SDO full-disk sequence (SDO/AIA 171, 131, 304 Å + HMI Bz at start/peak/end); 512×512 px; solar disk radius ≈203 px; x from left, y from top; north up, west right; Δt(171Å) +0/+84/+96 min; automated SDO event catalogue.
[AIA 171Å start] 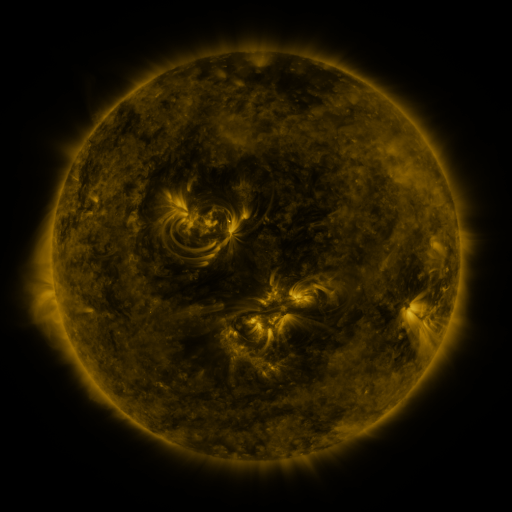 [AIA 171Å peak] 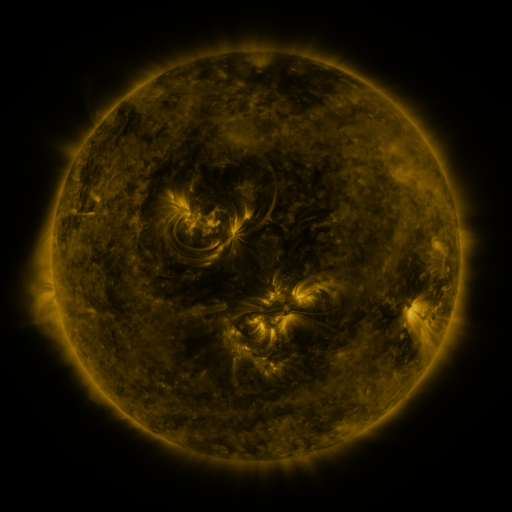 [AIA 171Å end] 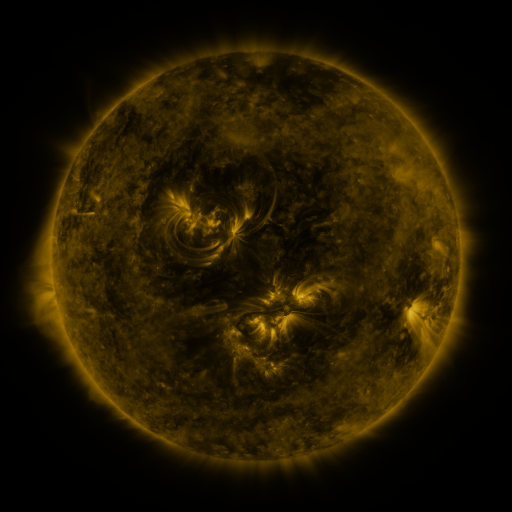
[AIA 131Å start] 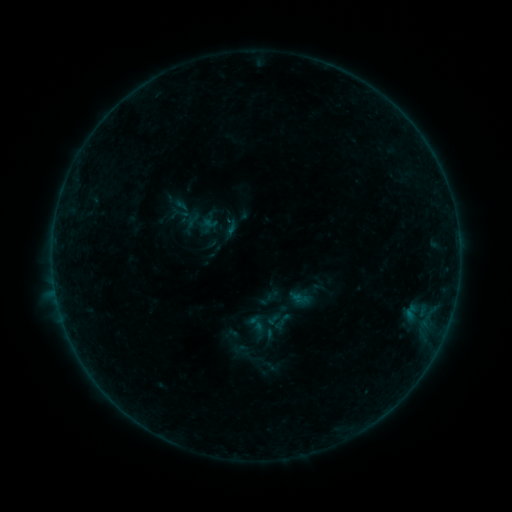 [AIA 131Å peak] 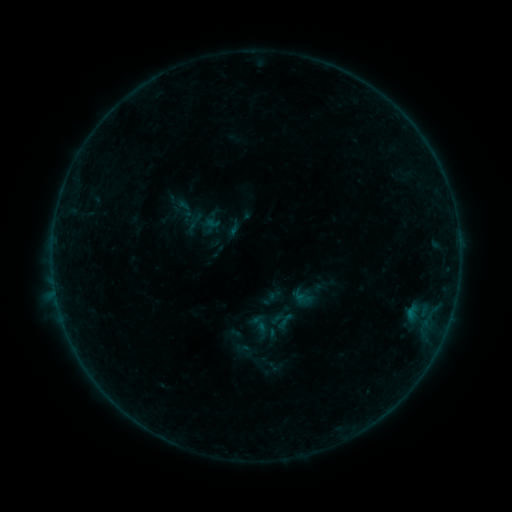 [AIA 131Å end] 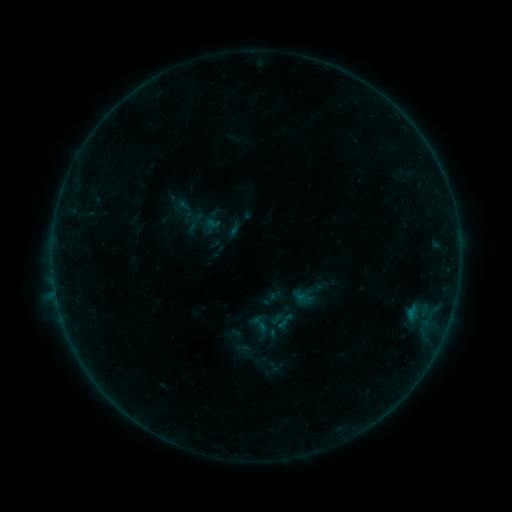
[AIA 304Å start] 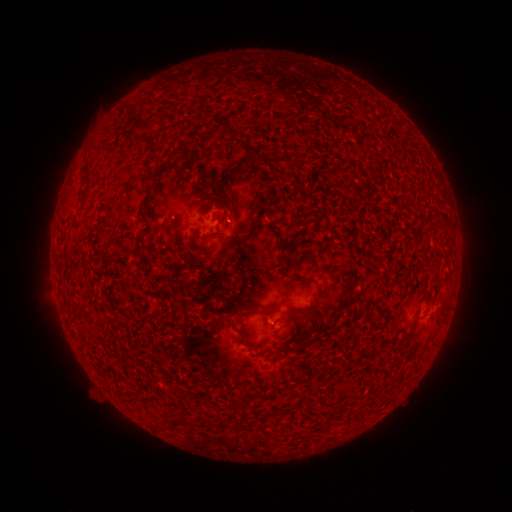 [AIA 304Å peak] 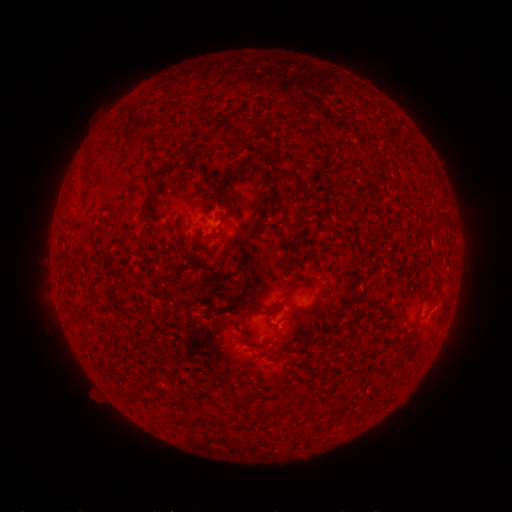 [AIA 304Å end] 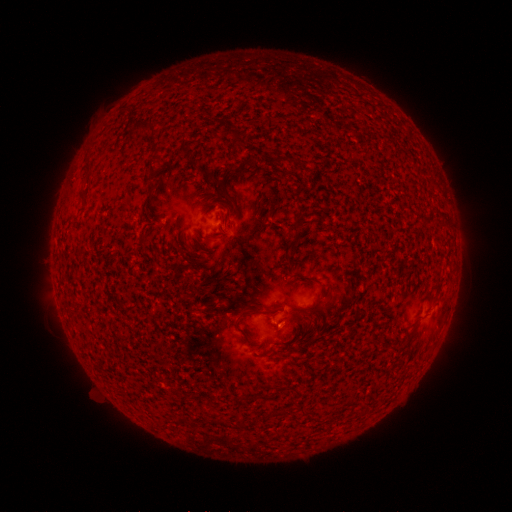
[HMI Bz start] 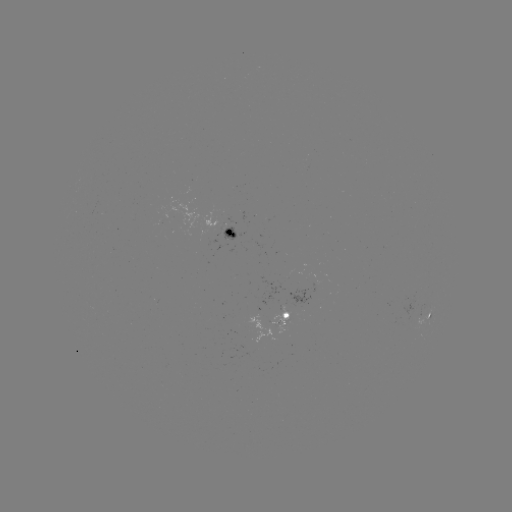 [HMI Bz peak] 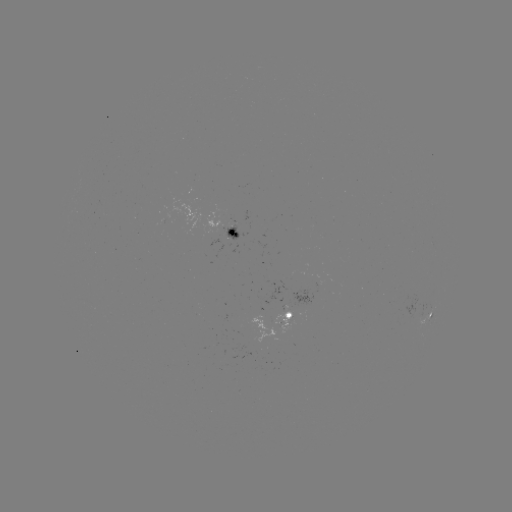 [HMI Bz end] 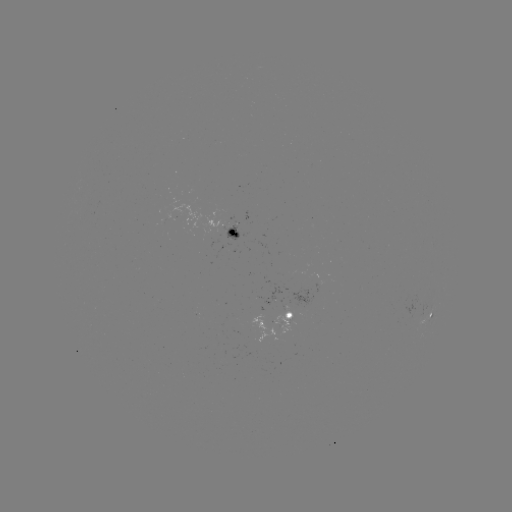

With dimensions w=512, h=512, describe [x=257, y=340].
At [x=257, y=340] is emerging-flux region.